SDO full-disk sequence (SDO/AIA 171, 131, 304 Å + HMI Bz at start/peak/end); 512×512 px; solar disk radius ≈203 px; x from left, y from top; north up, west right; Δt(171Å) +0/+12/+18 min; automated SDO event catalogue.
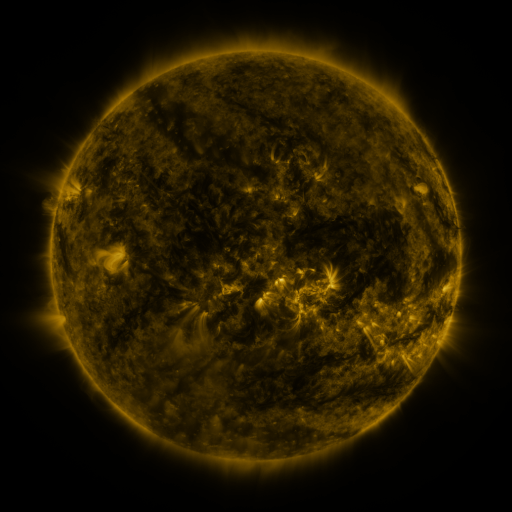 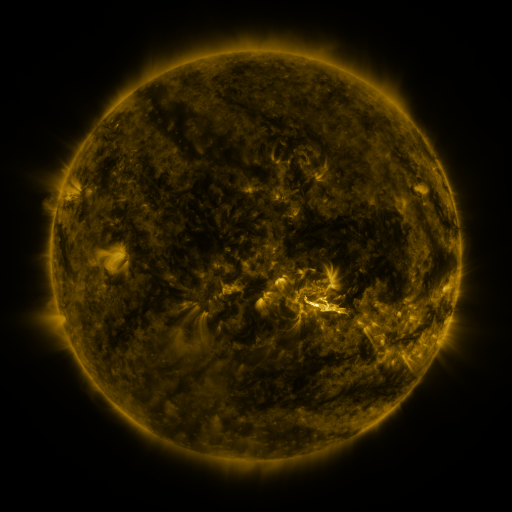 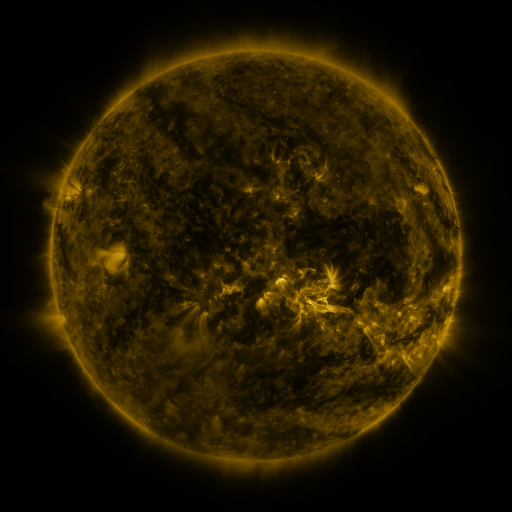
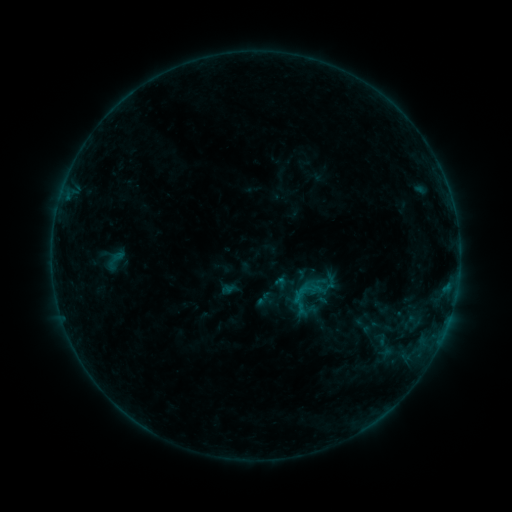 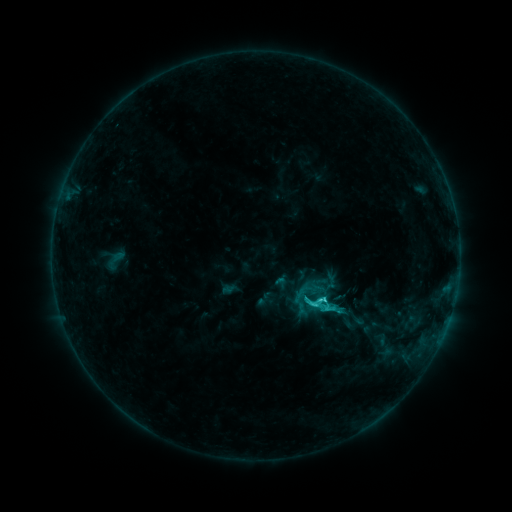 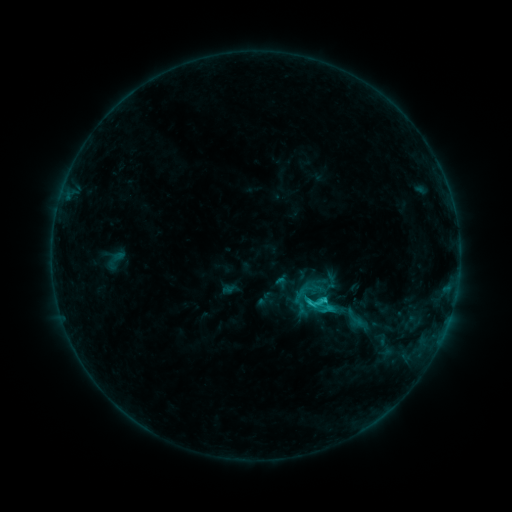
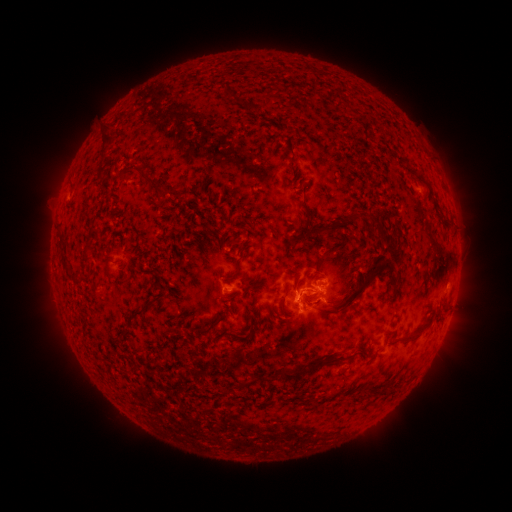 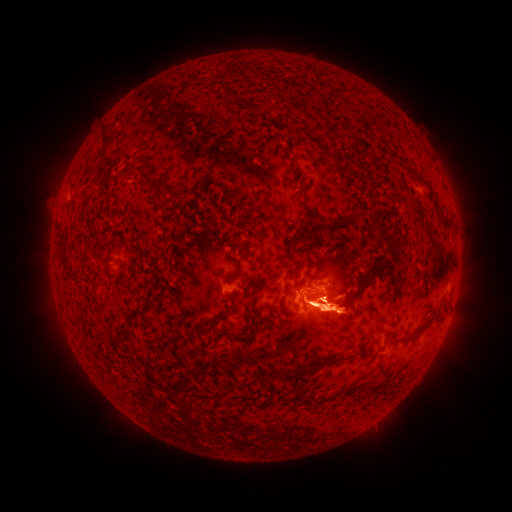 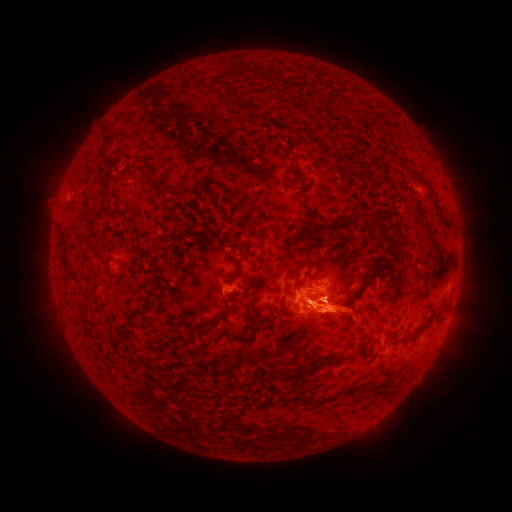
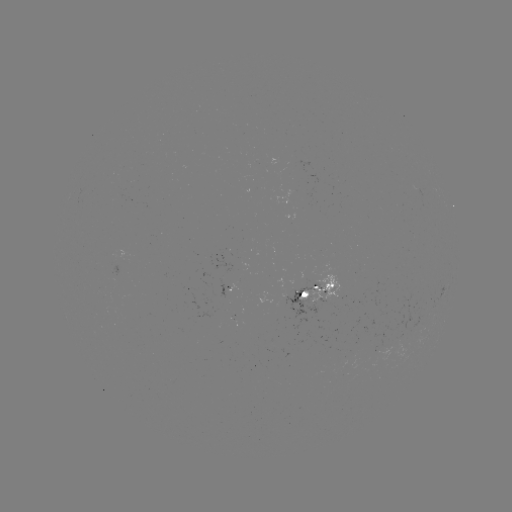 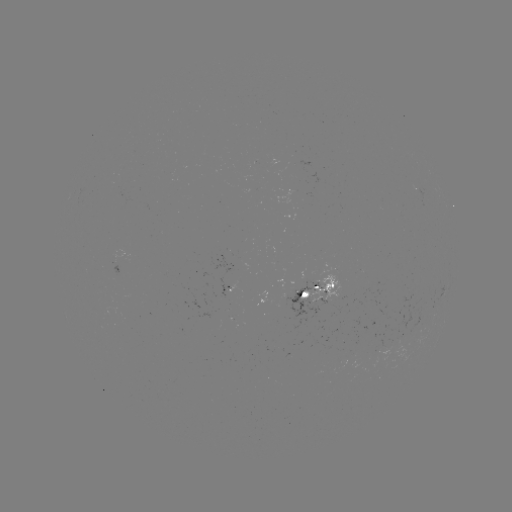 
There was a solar flare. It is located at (321, 299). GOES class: C2.6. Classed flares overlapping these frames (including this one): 1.